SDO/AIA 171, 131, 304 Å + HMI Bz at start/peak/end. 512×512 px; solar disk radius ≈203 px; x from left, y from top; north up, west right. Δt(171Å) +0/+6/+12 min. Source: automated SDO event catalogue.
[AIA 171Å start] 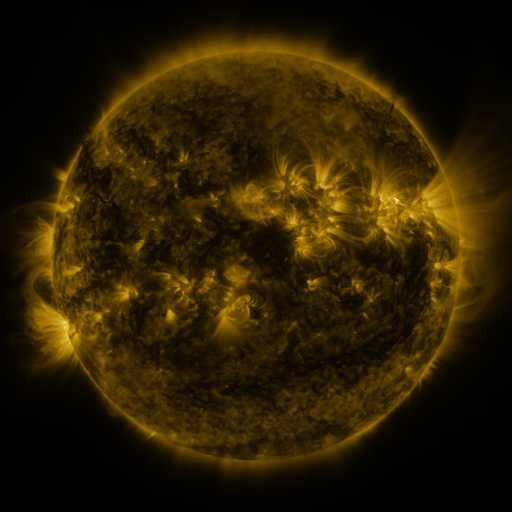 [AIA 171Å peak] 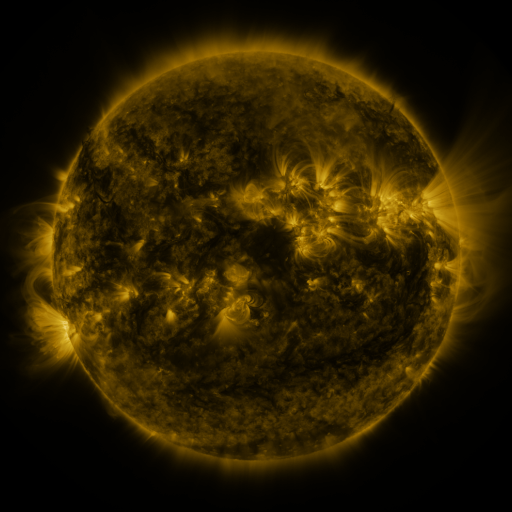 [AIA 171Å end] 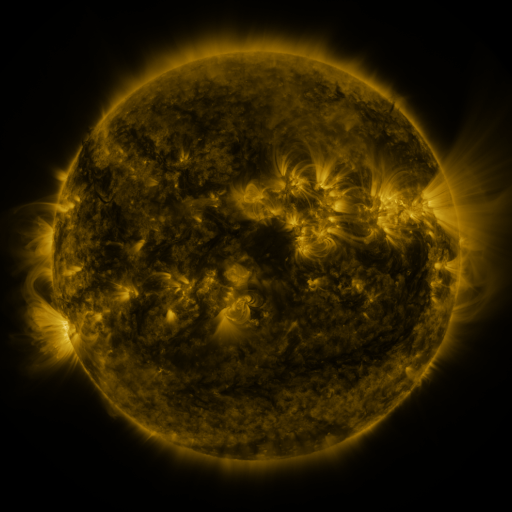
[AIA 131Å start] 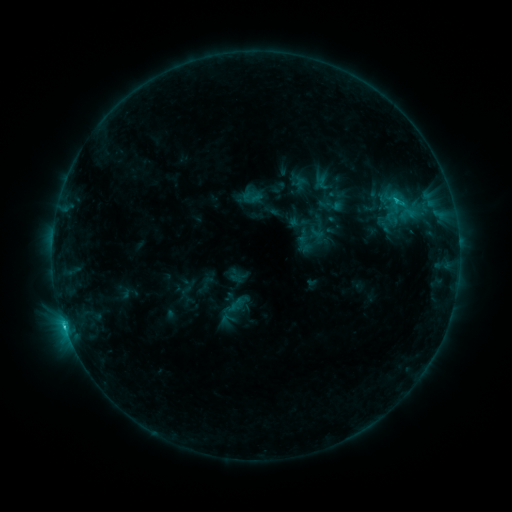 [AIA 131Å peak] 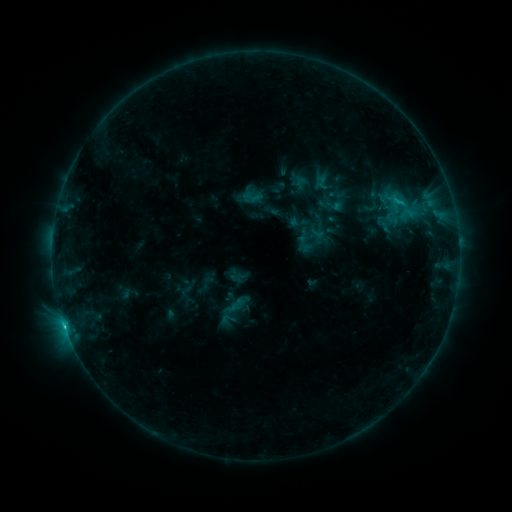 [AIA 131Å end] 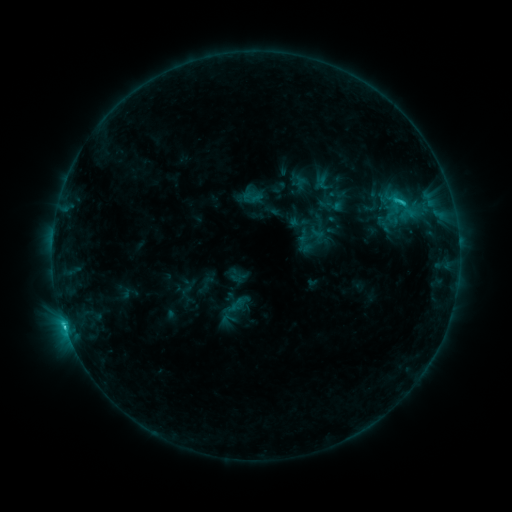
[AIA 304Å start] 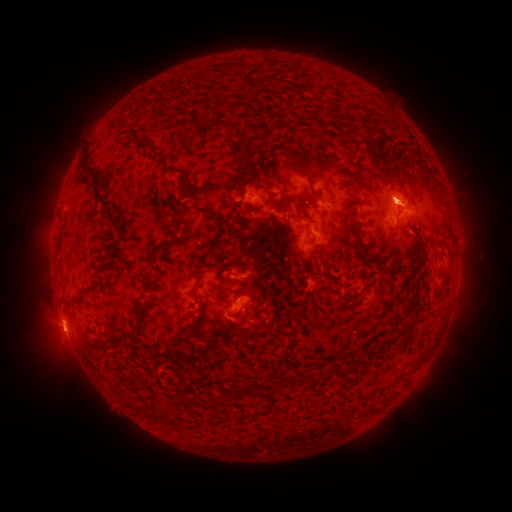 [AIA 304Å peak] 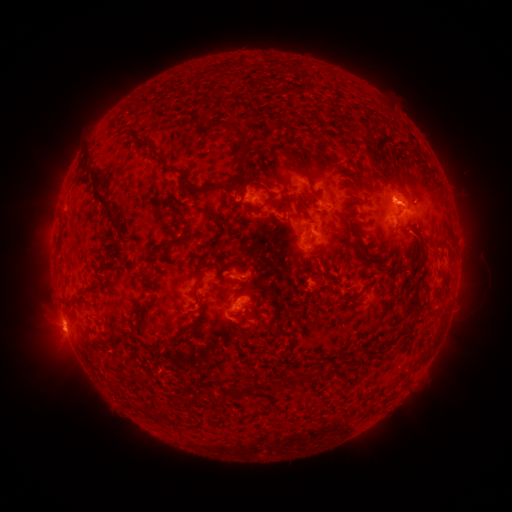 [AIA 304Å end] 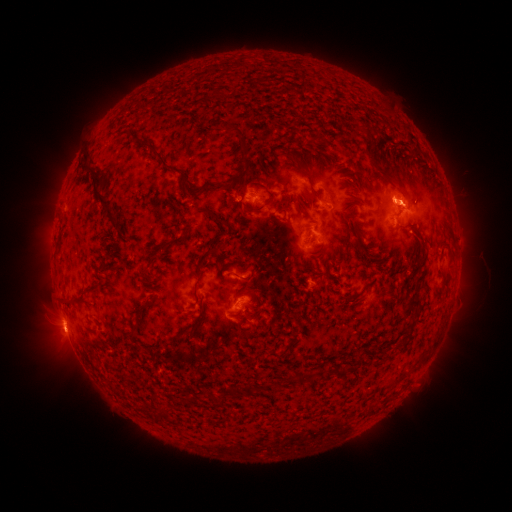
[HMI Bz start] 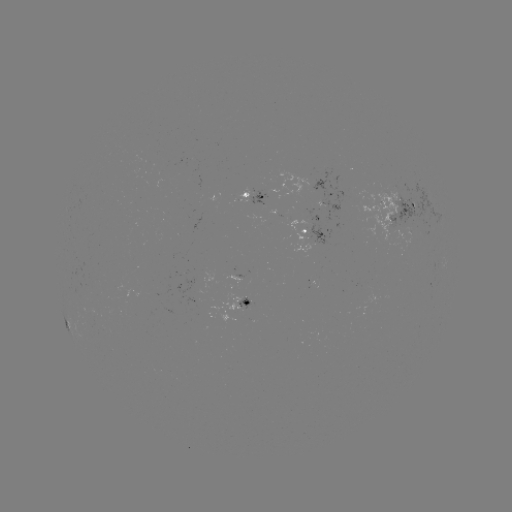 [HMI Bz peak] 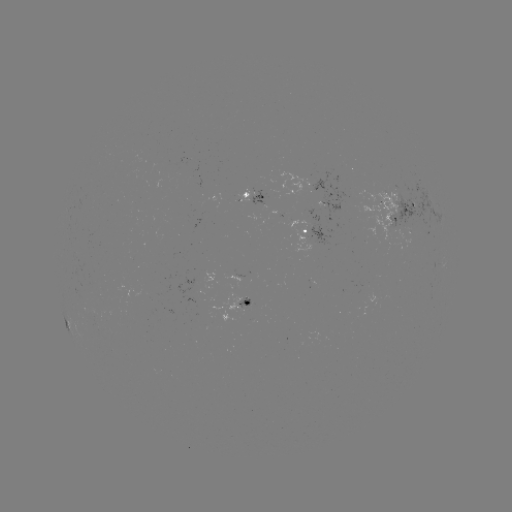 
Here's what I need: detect eruption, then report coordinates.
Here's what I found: eruption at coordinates (408, 203).